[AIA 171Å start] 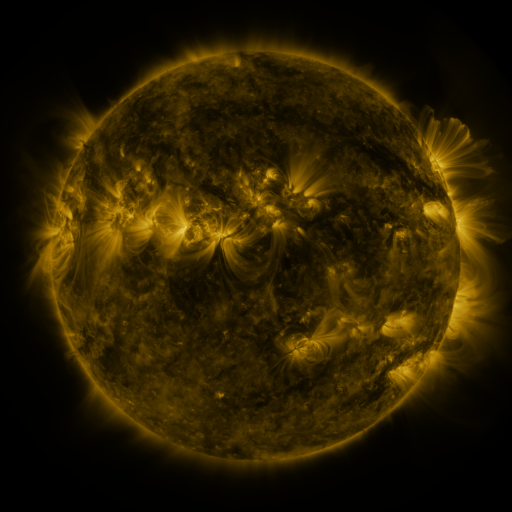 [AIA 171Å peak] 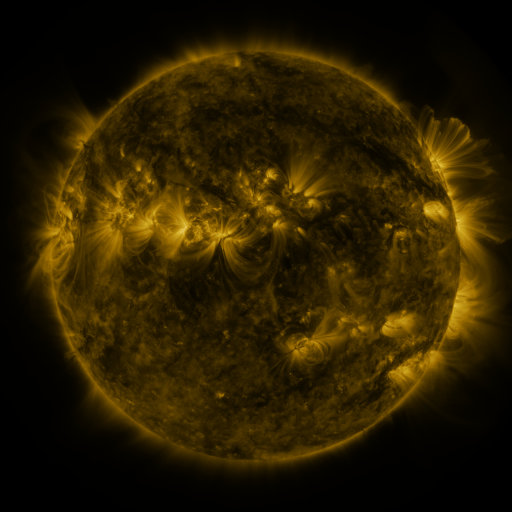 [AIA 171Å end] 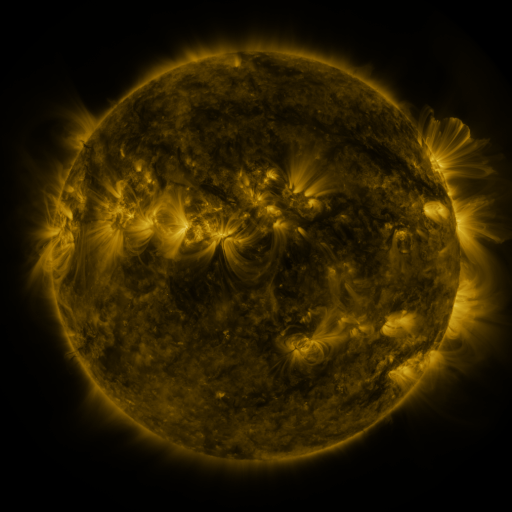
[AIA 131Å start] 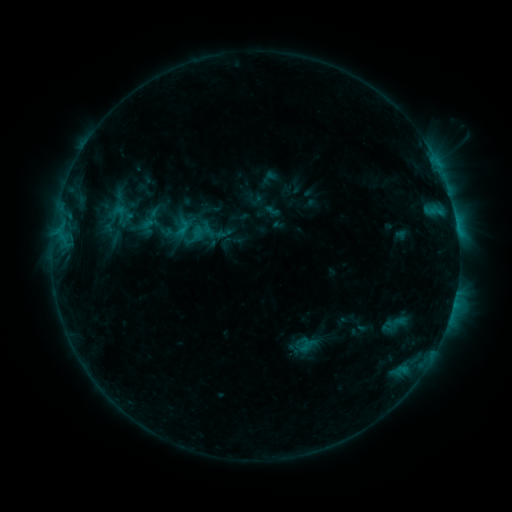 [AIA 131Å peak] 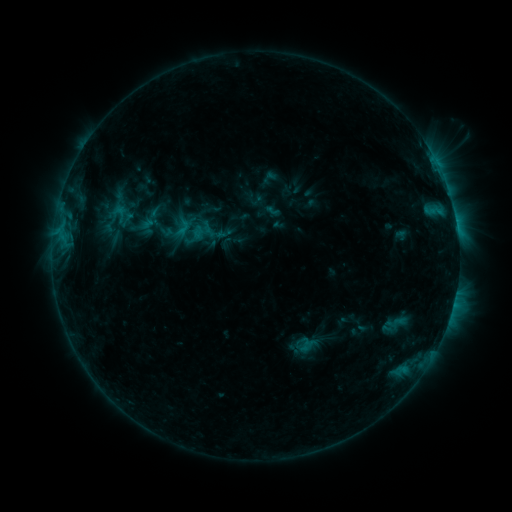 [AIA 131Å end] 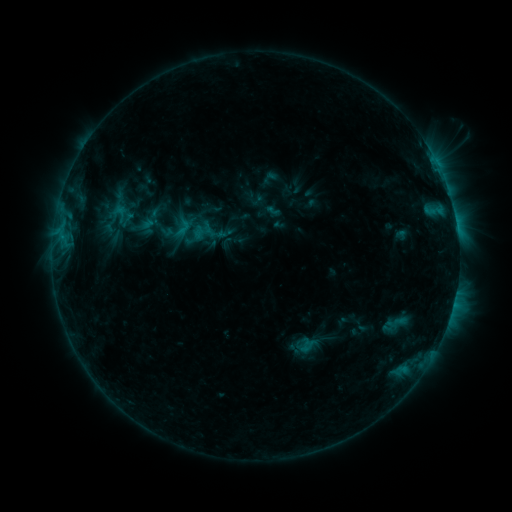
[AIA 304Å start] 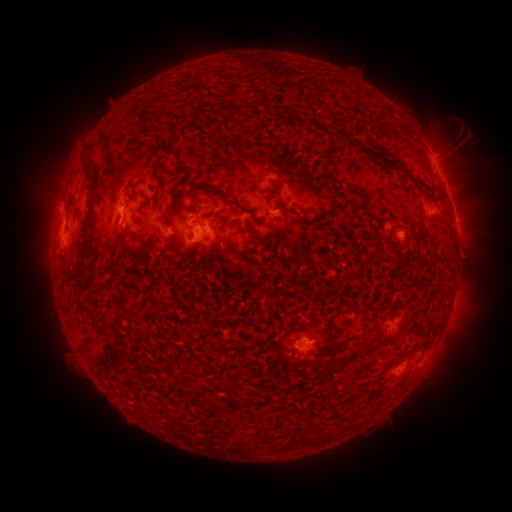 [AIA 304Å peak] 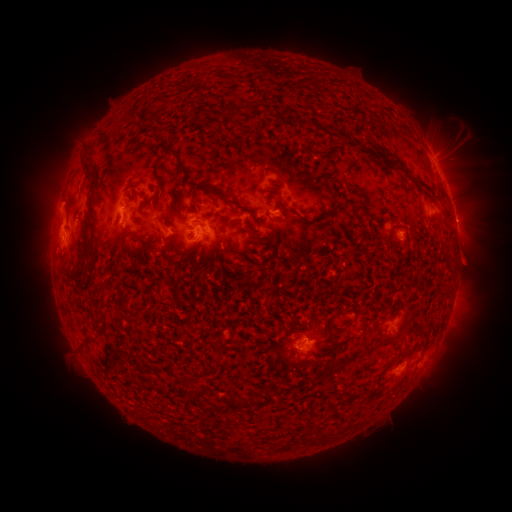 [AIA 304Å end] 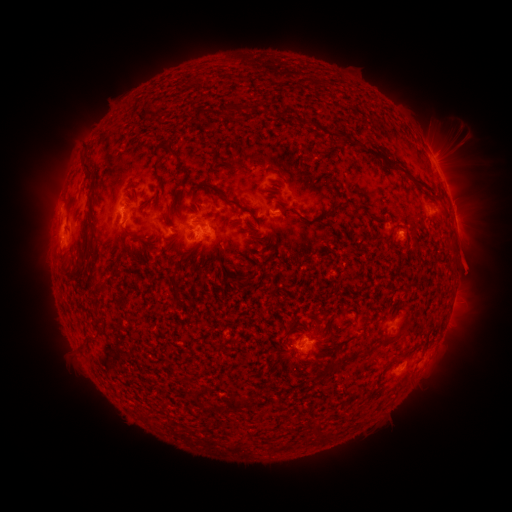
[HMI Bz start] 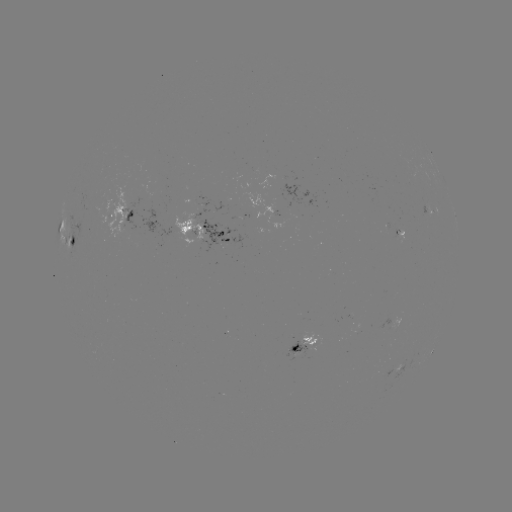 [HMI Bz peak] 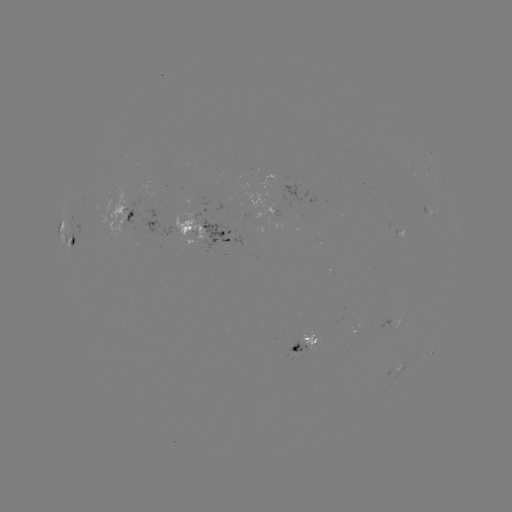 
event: eruption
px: (470, 264)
